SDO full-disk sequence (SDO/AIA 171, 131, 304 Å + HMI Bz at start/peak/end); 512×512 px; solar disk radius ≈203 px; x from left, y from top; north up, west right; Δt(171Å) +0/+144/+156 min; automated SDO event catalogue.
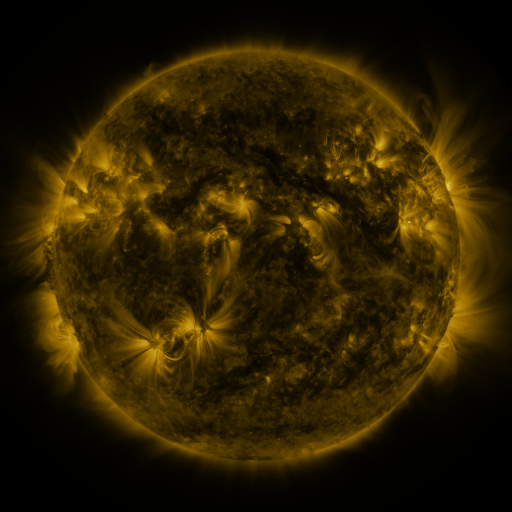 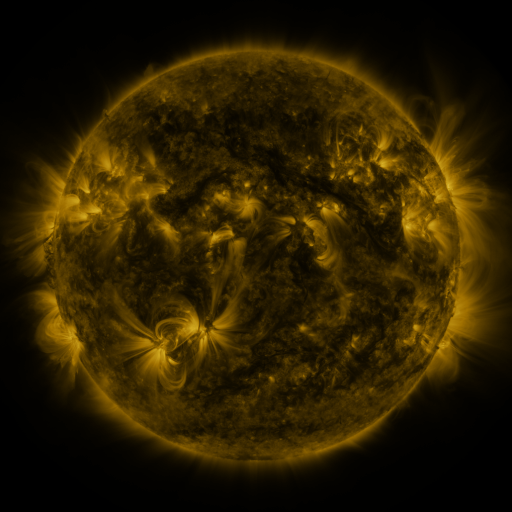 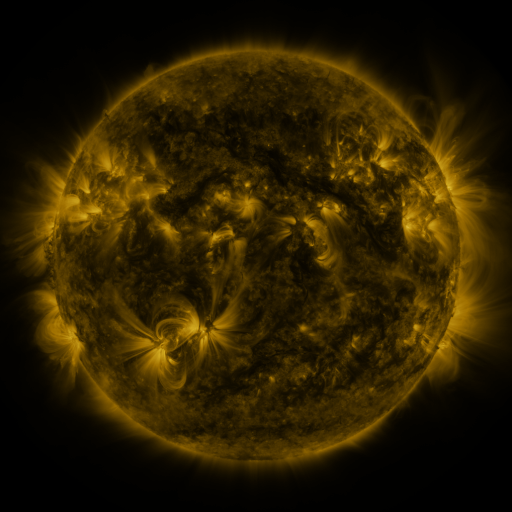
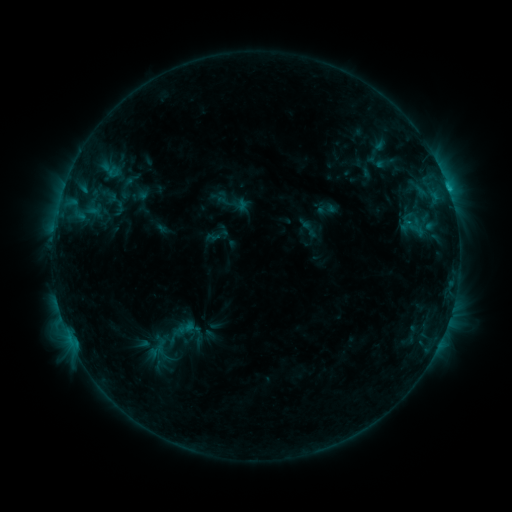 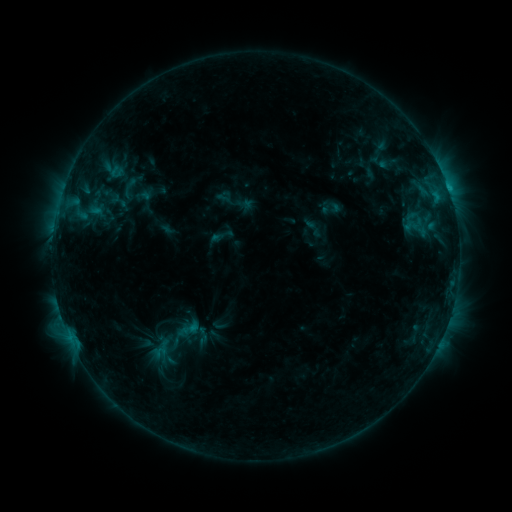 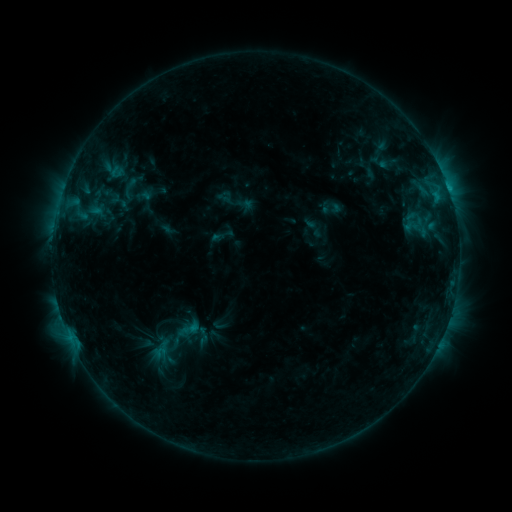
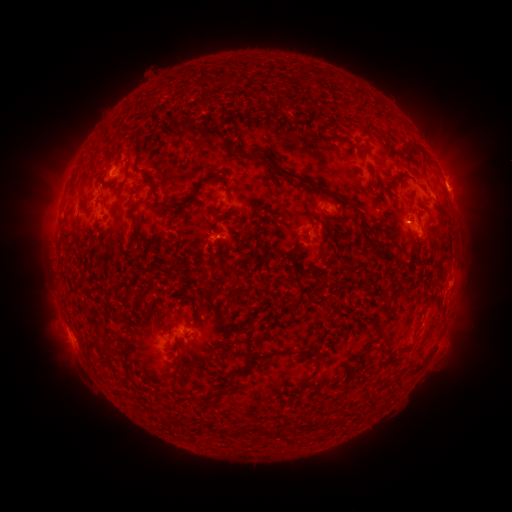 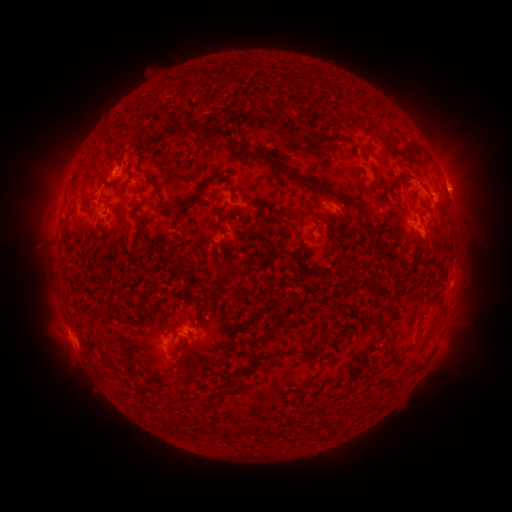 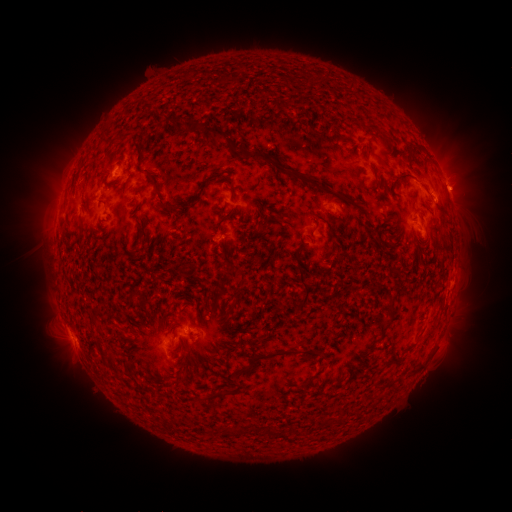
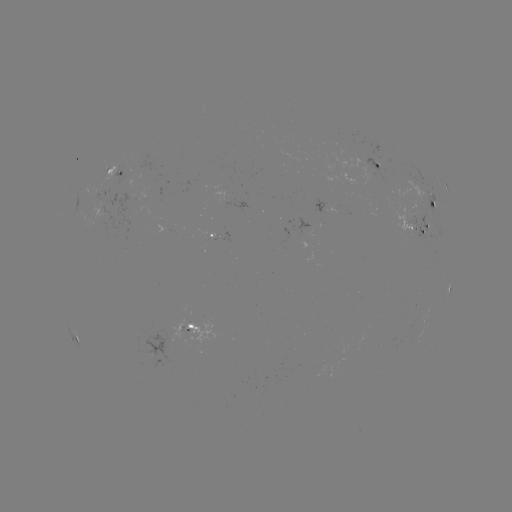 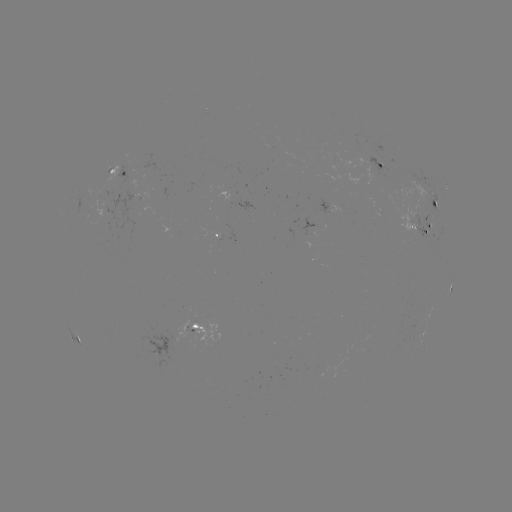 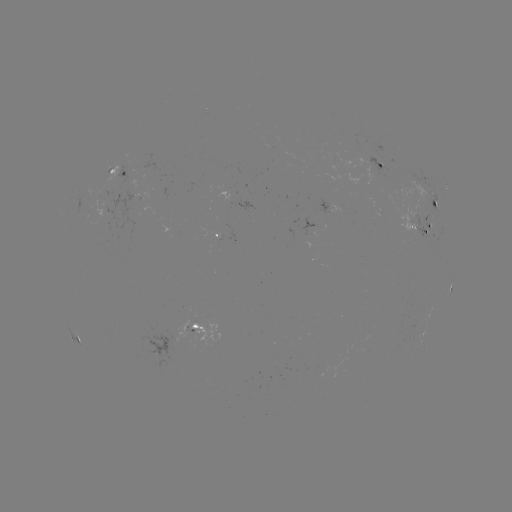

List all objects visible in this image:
emerging-flux region: (102, 190)
